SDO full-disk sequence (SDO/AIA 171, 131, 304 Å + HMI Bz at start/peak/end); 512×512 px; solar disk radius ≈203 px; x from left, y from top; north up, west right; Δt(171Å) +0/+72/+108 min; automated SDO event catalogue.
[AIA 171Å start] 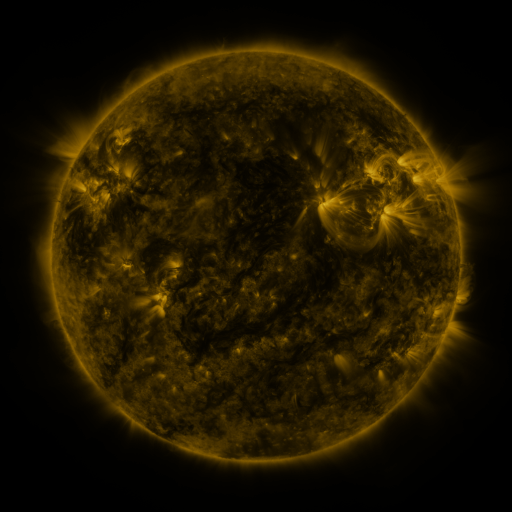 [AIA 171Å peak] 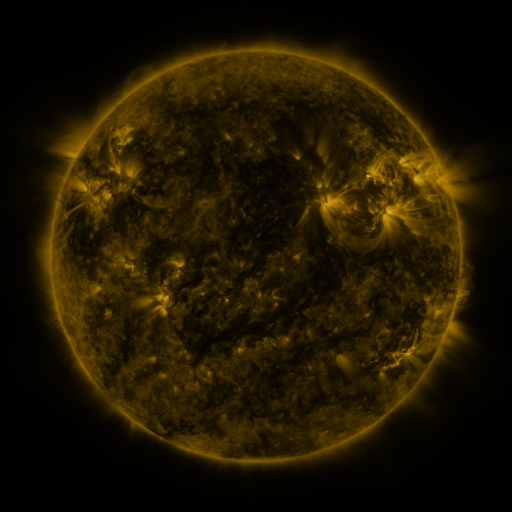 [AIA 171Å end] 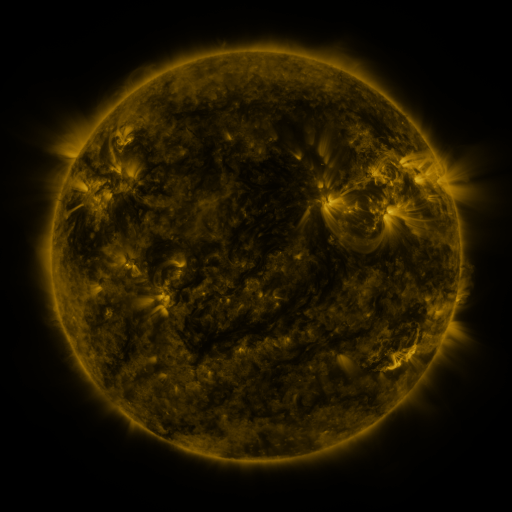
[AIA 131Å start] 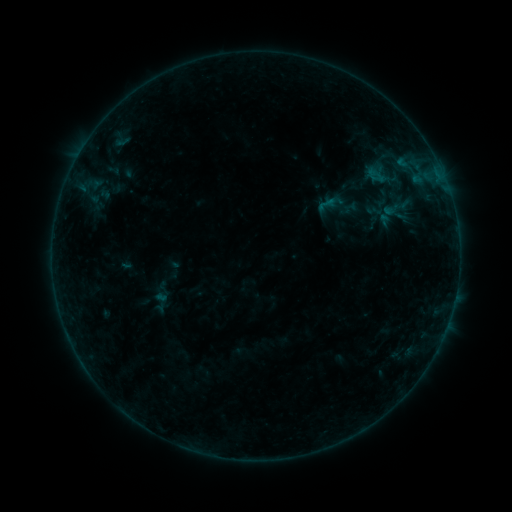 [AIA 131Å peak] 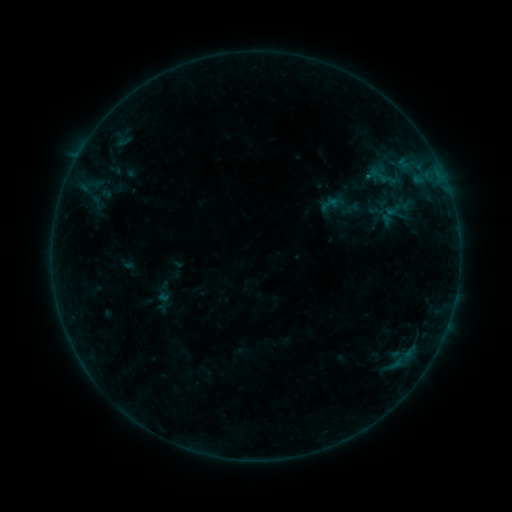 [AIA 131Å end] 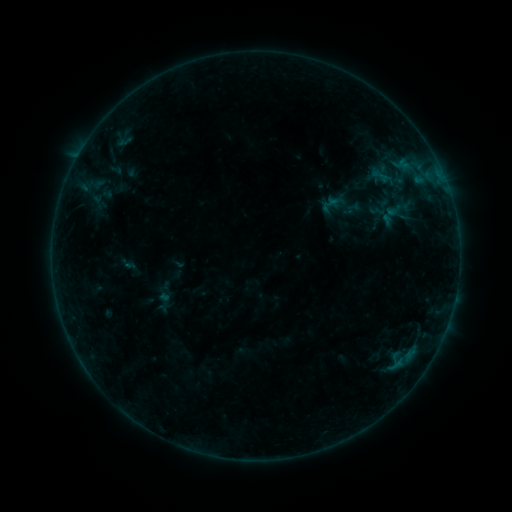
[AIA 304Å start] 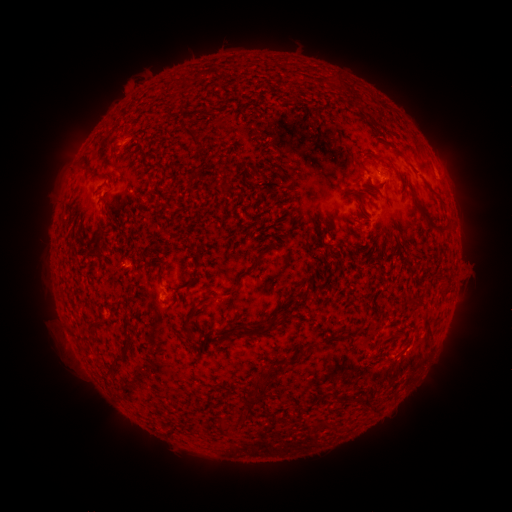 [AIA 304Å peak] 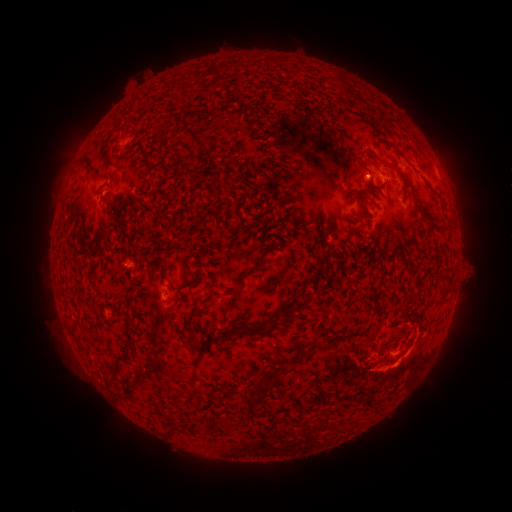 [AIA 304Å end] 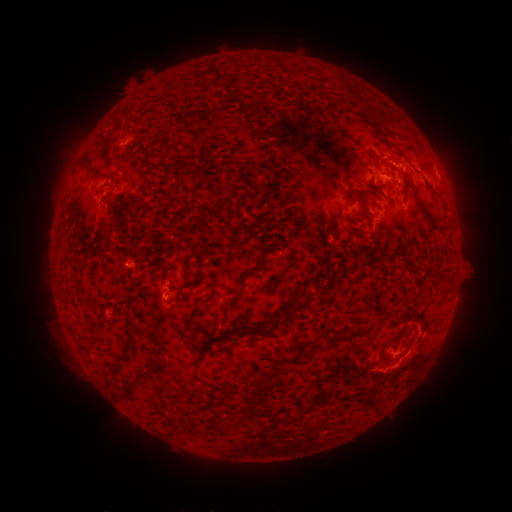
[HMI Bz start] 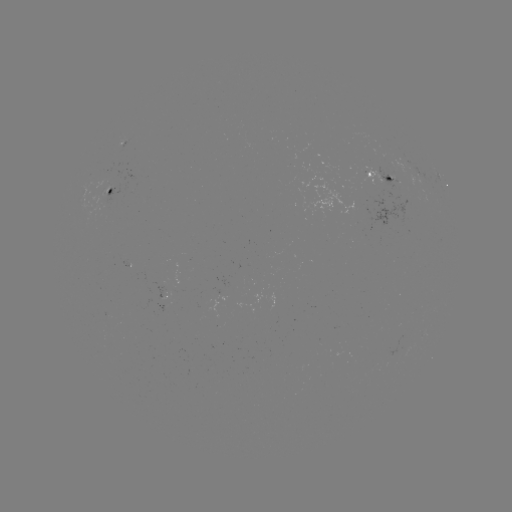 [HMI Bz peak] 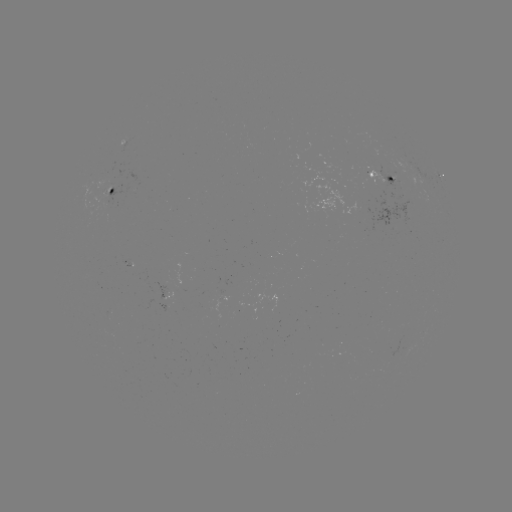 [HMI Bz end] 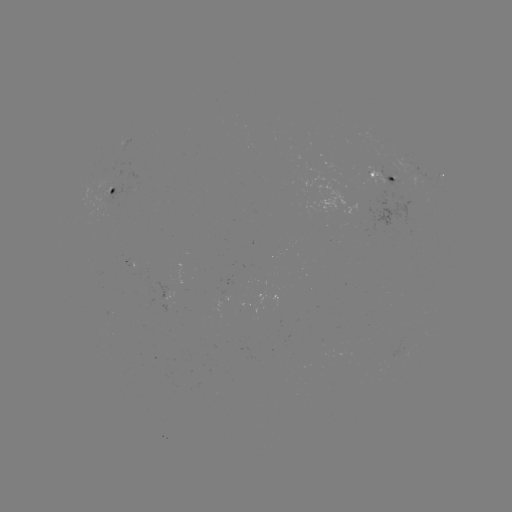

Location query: B5.9 flare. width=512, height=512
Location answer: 365,177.